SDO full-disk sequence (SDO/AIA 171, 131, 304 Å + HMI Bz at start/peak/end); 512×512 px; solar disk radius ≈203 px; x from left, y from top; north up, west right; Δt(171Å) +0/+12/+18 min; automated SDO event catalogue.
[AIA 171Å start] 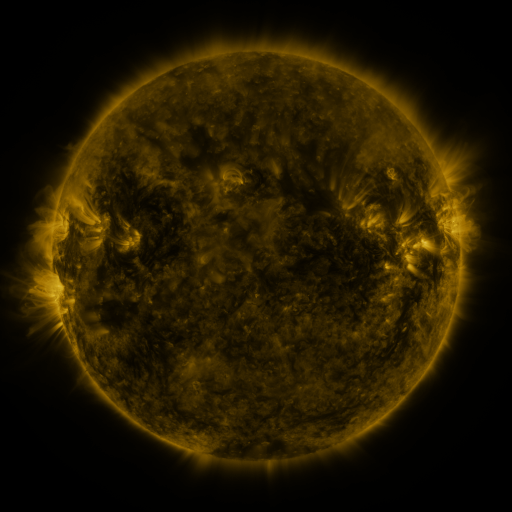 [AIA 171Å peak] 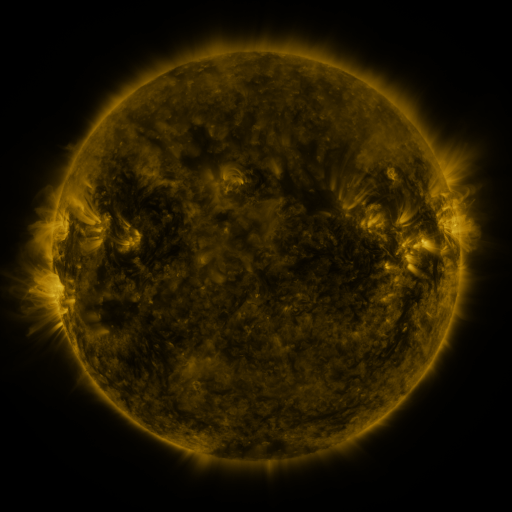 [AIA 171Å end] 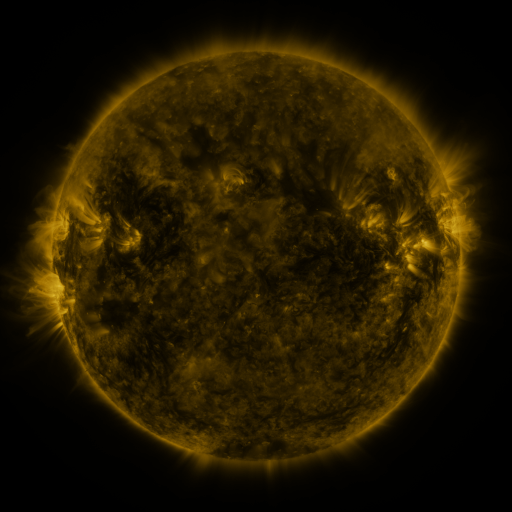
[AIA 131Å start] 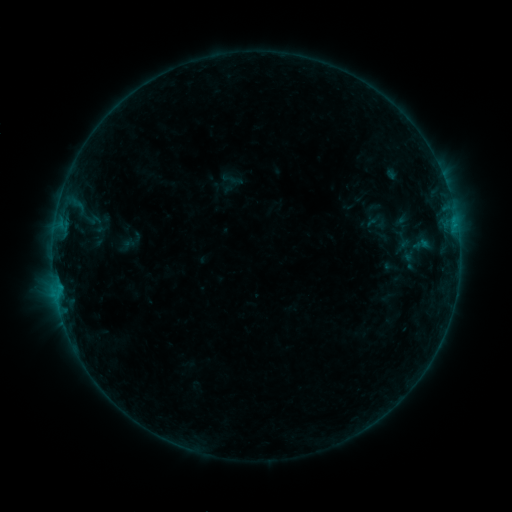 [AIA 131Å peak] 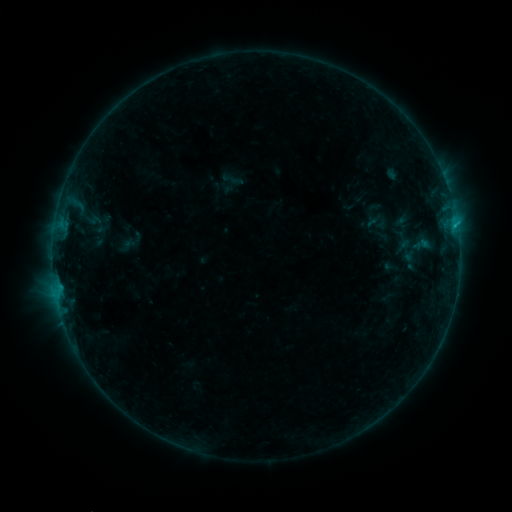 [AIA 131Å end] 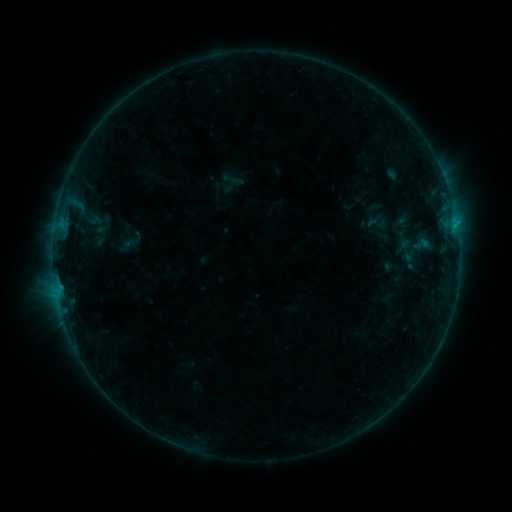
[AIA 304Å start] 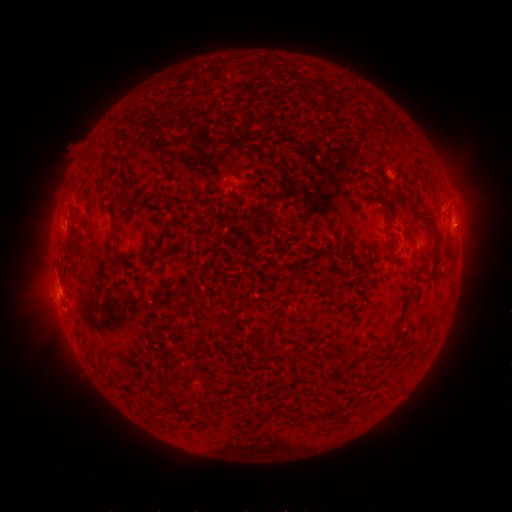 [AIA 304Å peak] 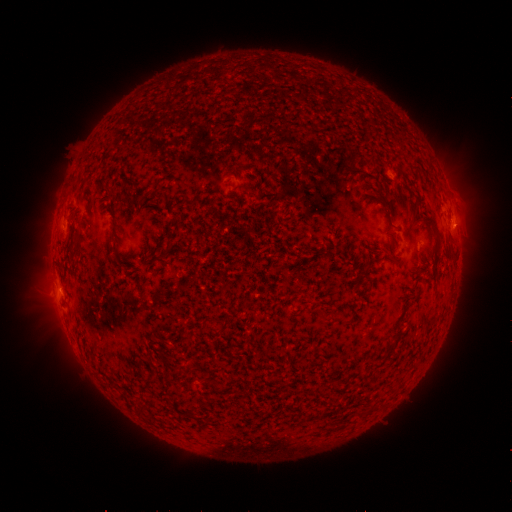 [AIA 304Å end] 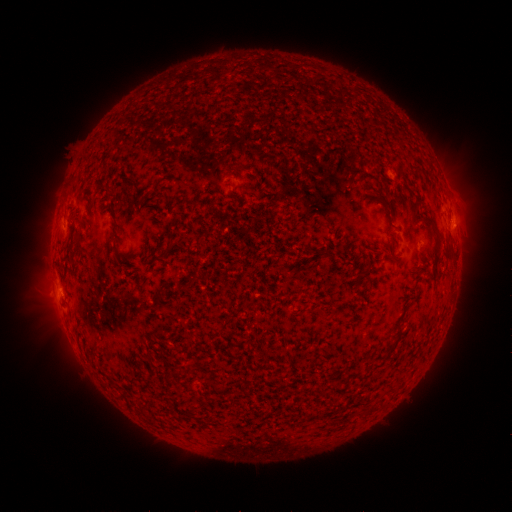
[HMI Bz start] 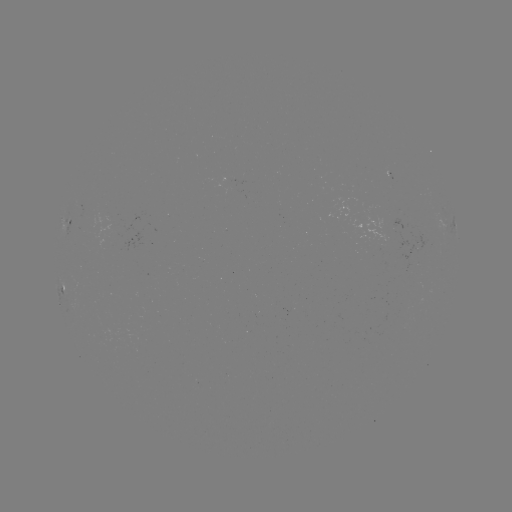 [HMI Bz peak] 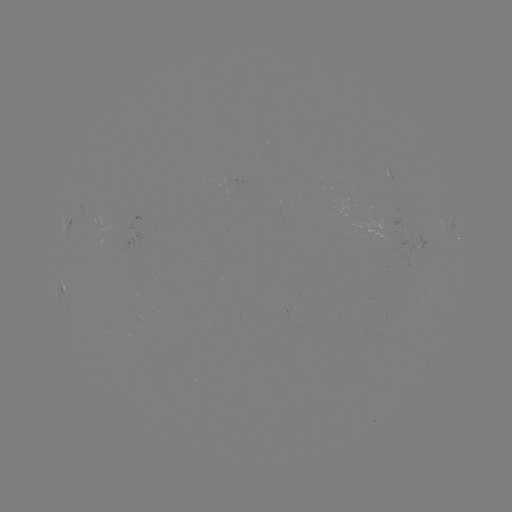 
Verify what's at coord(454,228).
B5.0 flare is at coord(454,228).